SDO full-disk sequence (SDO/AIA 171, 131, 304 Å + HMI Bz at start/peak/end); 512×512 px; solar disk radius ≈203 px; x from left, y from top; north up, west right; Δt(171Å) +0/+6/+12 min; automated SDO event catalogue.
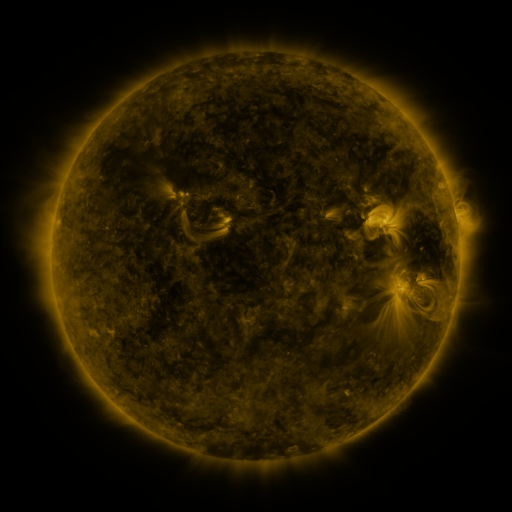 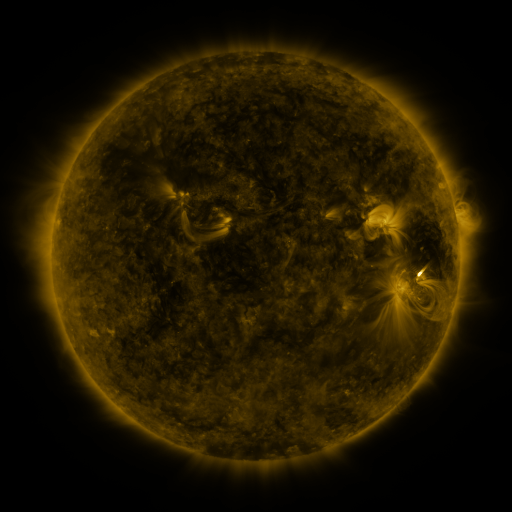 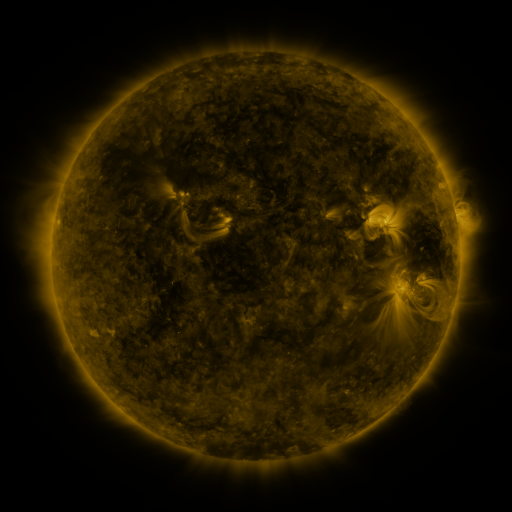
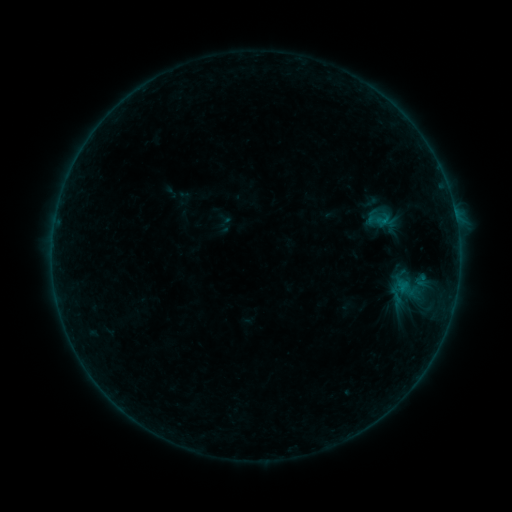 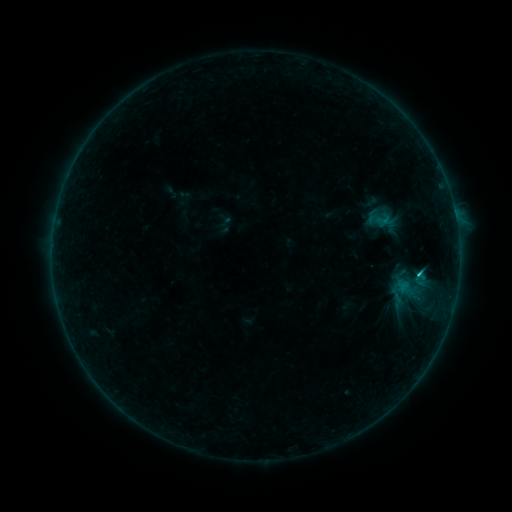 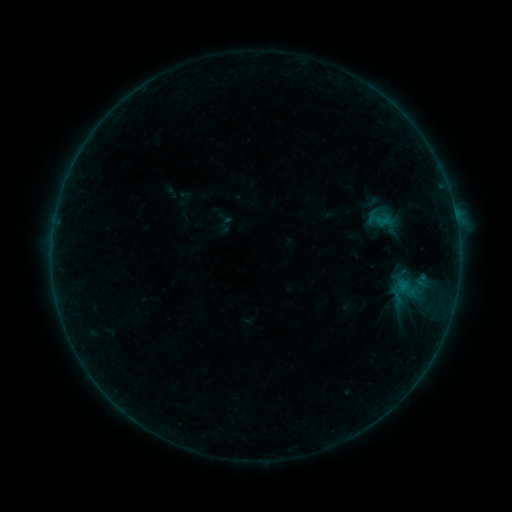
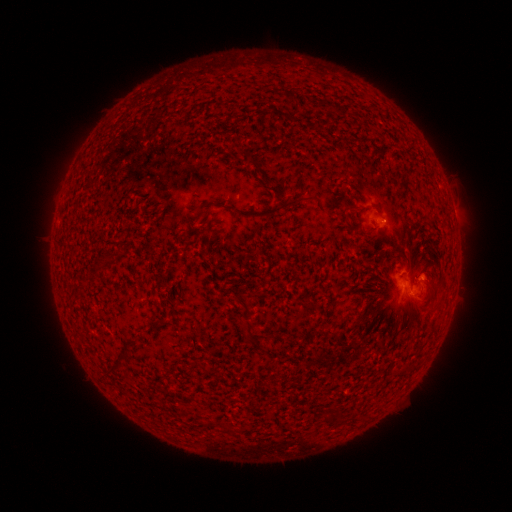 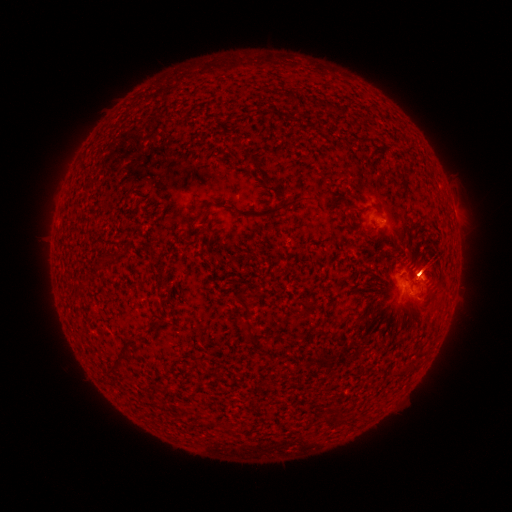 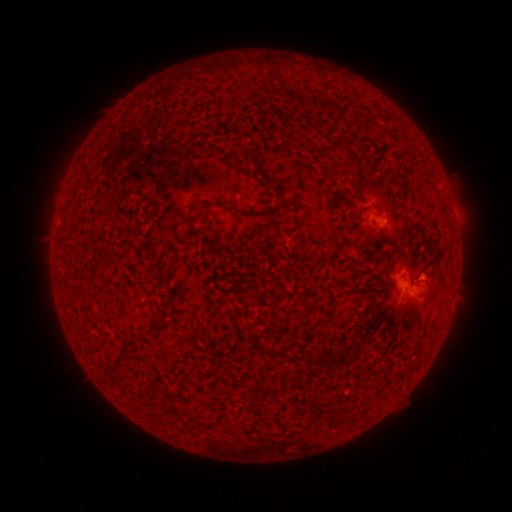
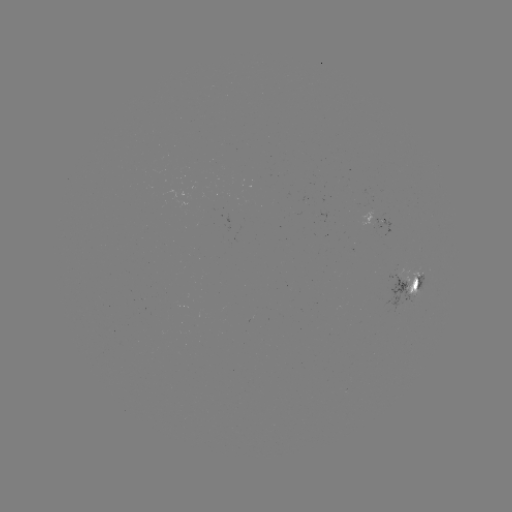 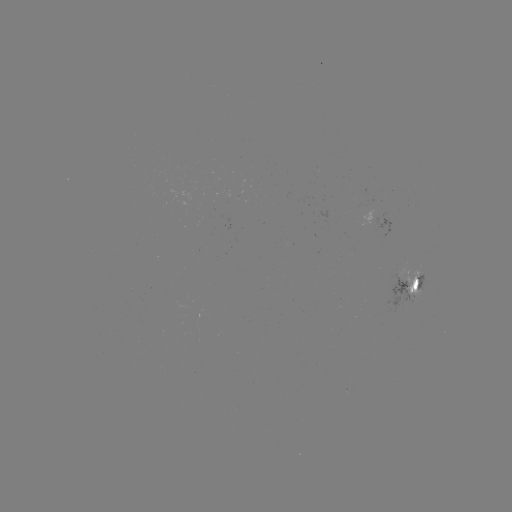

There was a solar flare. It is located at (418, 272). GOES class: C1.4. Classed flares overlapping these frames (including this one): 1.